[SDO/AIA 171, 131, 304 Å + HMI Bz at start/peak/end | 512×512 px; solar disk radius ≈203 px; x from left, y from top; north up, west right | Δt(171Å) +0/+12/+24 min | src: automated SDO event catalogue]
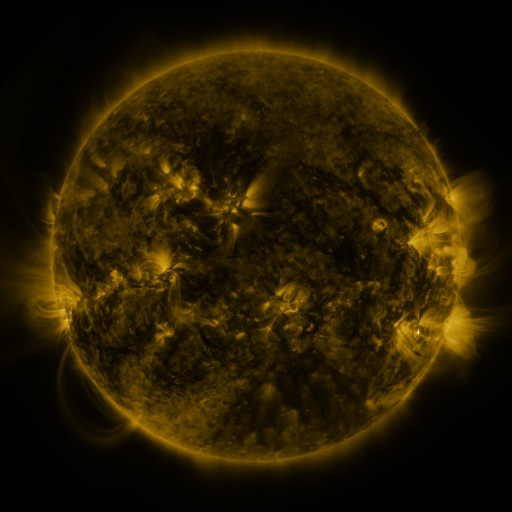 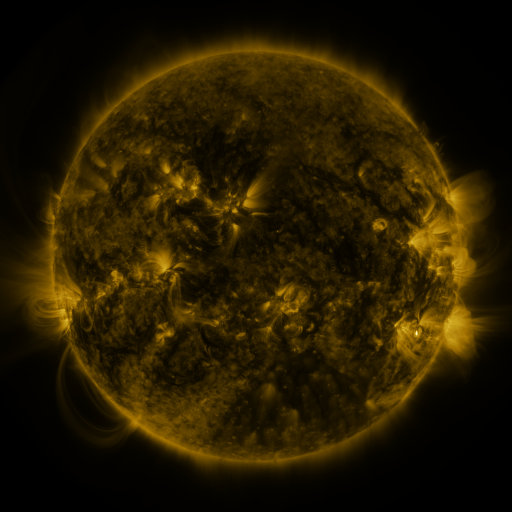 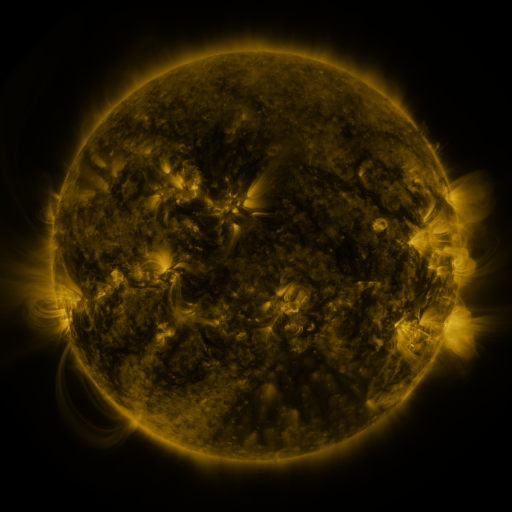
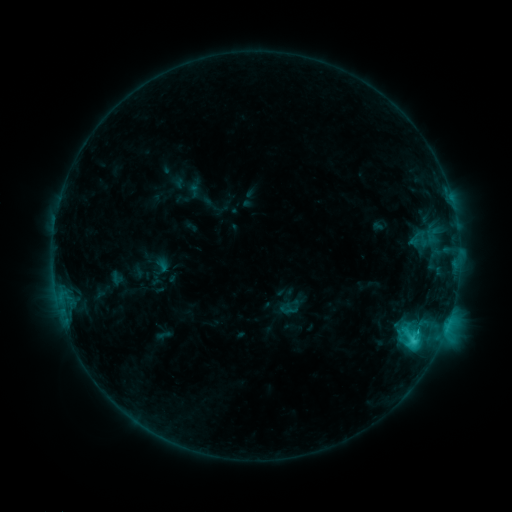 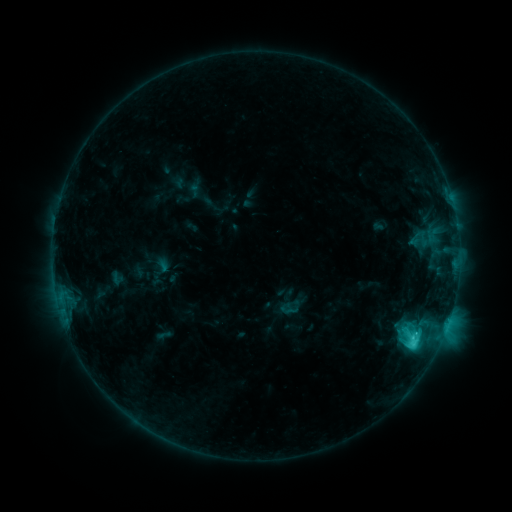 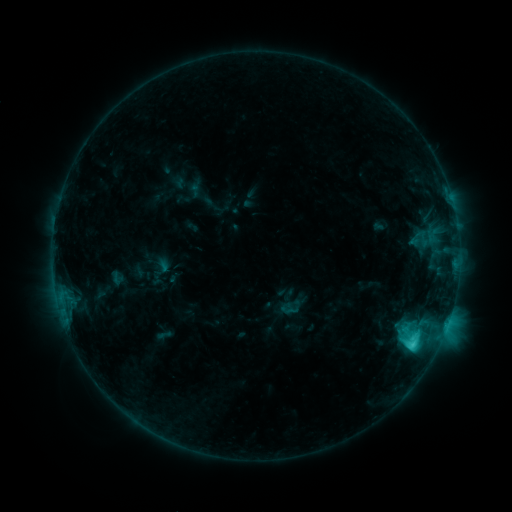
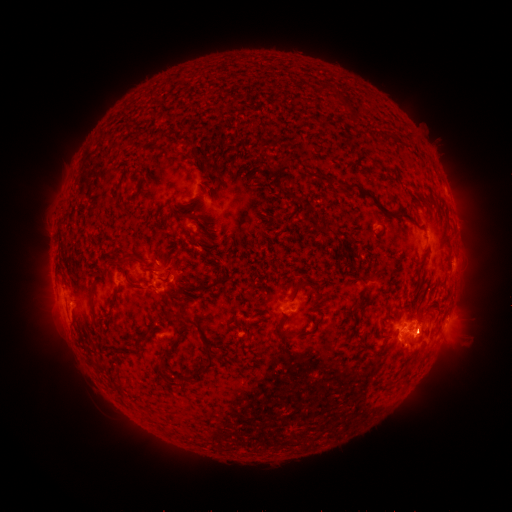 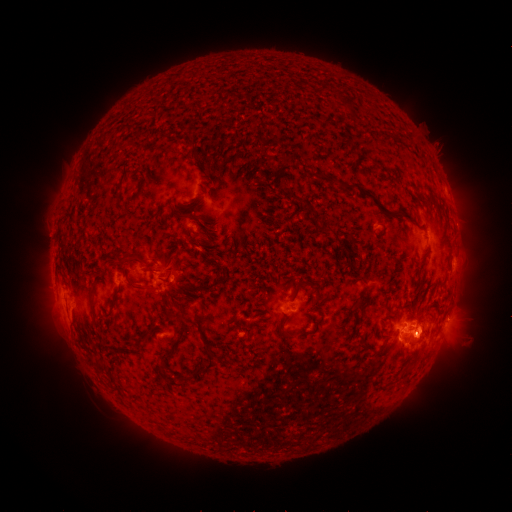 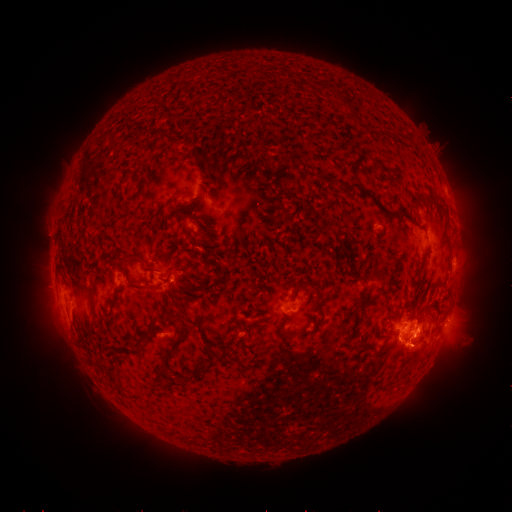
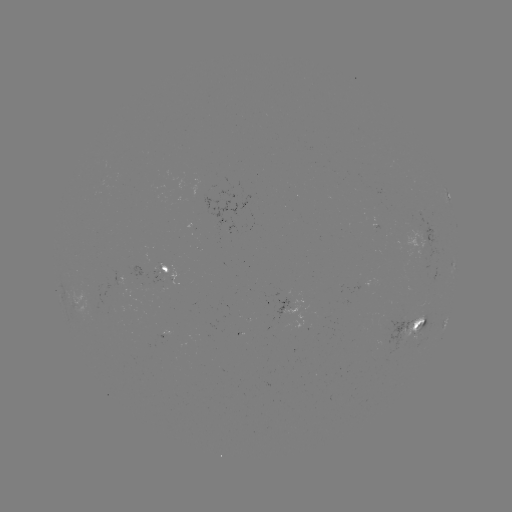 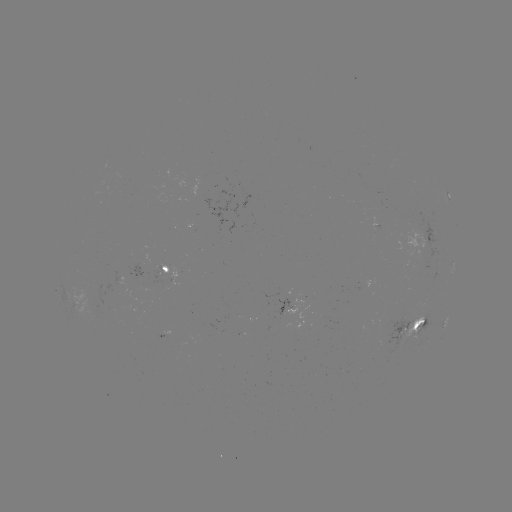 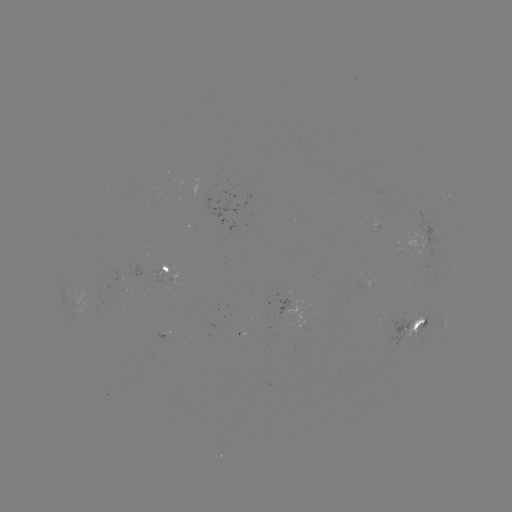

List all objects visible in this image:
eruption: (426, 341)
